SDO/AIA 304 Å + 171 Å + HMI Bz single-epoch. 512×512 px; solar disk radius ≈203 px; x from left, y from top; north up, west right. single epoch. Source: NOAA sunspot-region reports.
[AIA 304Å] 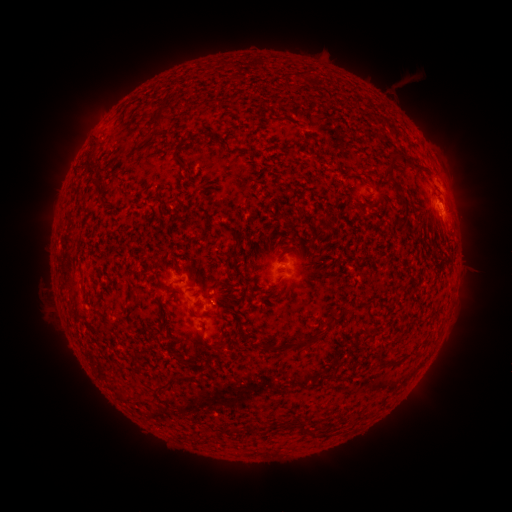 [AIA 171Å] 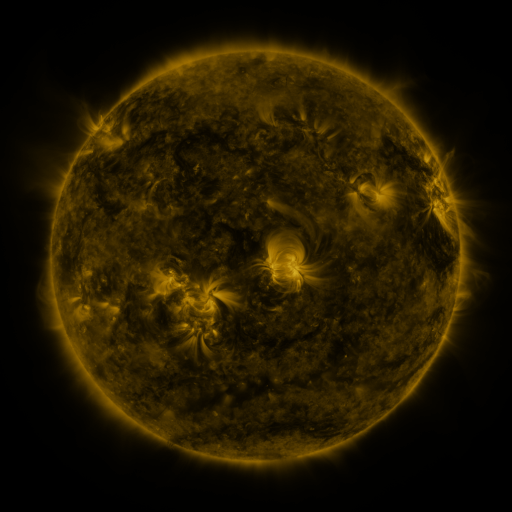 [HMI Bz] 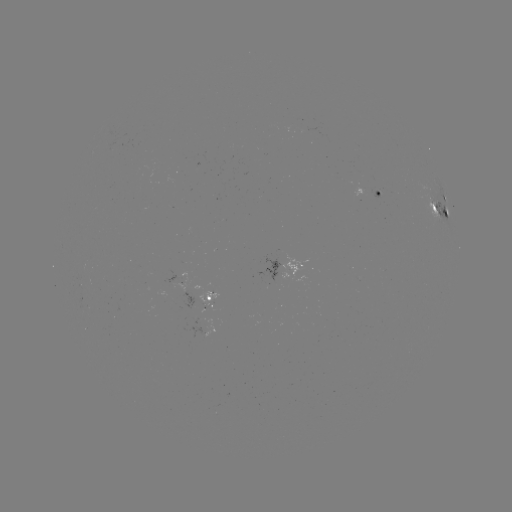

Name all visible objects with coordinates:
spotted active region: (378, 191)
spotted active region: (443, 196)
spotted active region: (439, 207)
spotted active region: (290, 270)
spotted active region: (212, 298)
